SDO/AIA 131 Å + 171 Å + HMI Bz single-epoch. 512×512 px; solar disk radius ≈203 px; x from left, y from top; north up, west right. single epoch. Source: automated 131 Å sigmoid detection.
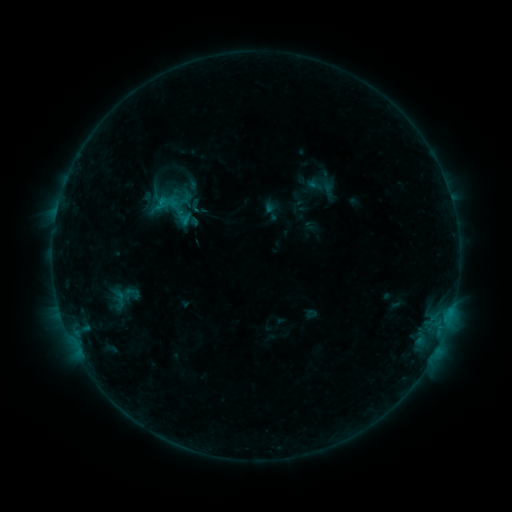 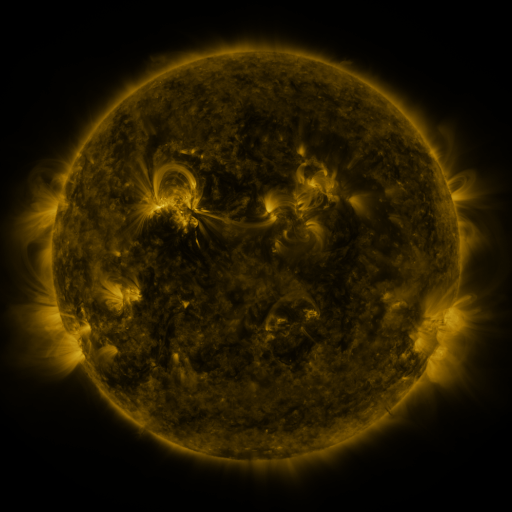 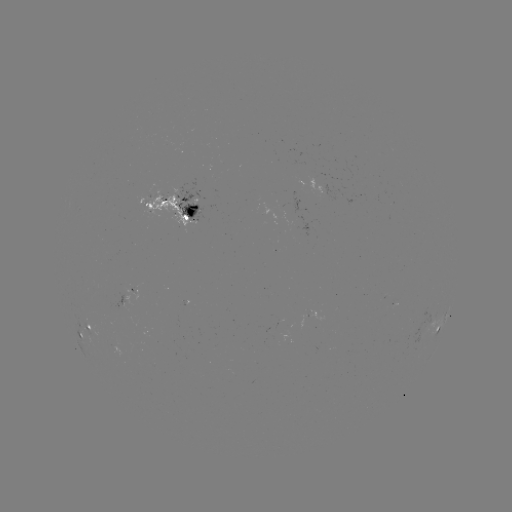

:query sigmoid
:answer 124,296